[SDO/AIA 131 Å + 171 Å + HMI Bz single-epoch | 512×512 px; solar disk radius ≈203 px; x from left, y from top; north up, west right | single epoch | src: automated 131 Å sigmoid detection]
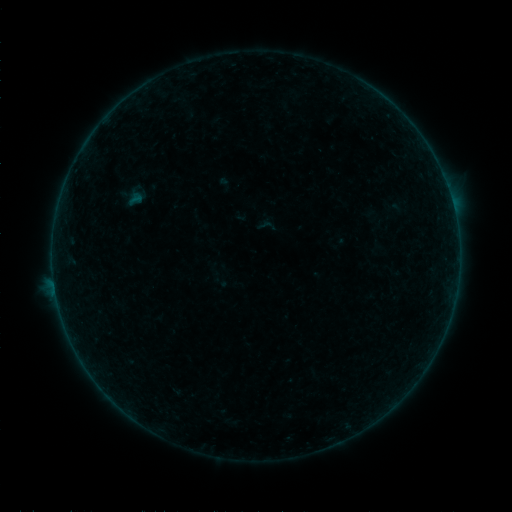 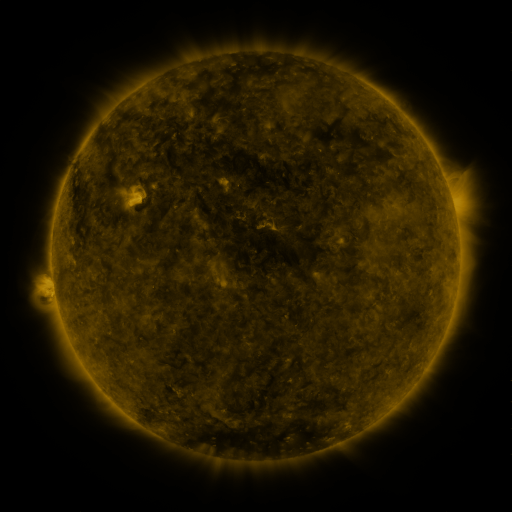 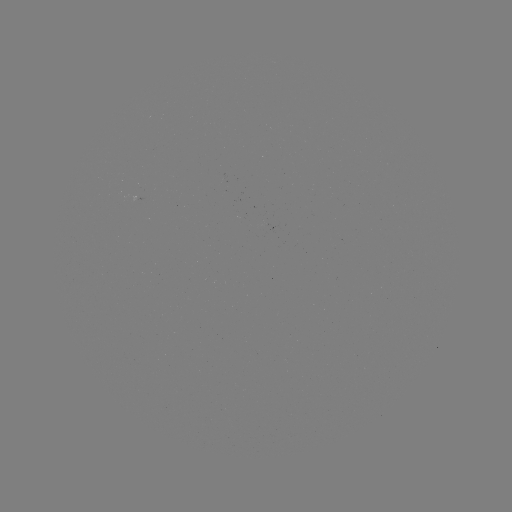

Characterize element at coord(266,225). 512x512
sigmoid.